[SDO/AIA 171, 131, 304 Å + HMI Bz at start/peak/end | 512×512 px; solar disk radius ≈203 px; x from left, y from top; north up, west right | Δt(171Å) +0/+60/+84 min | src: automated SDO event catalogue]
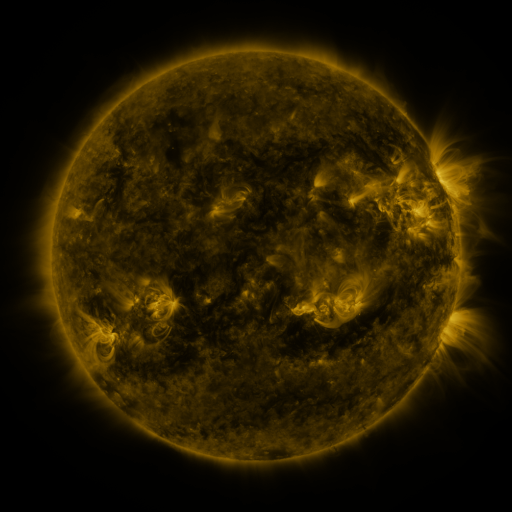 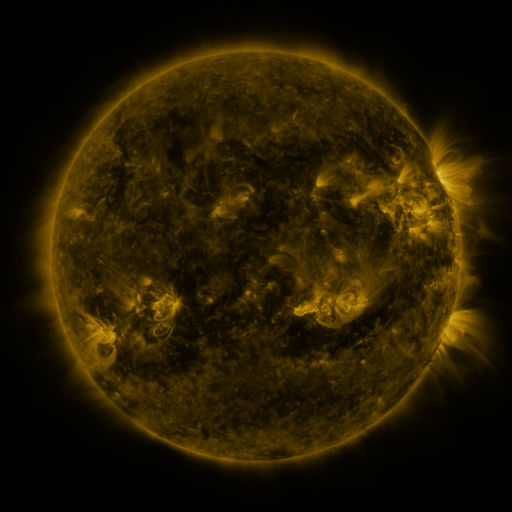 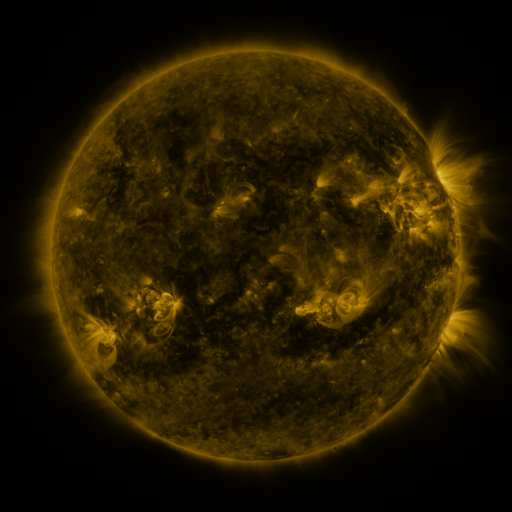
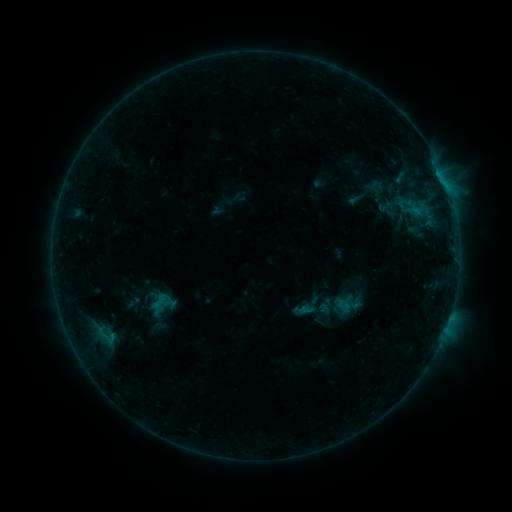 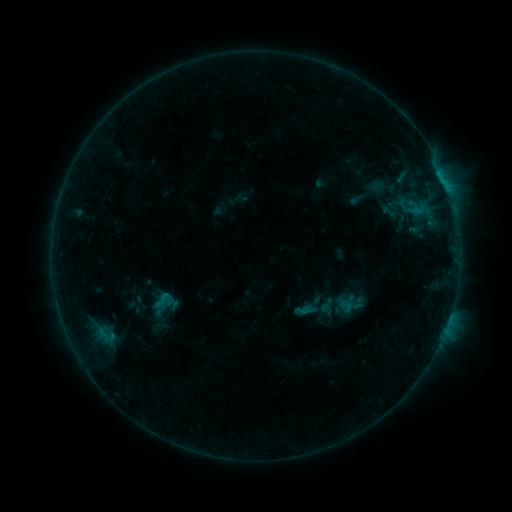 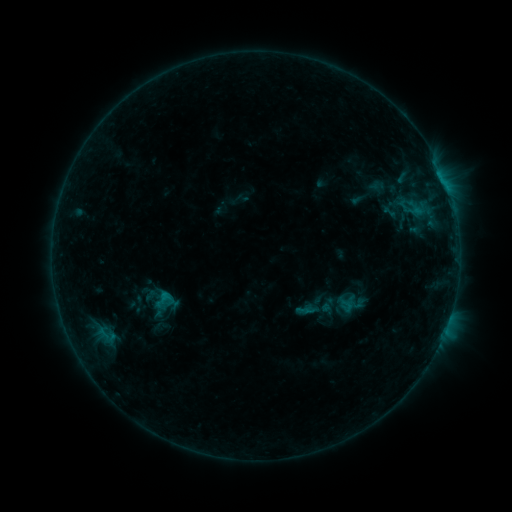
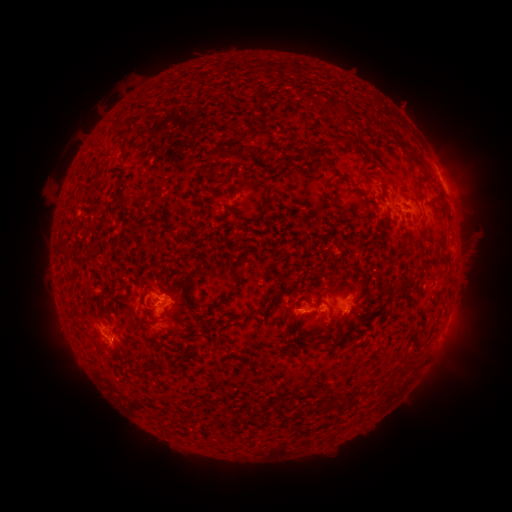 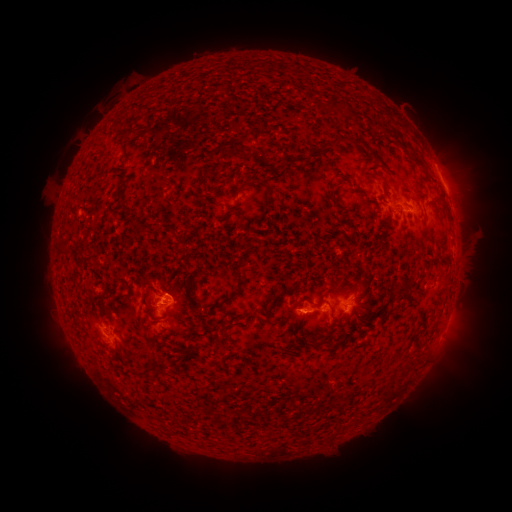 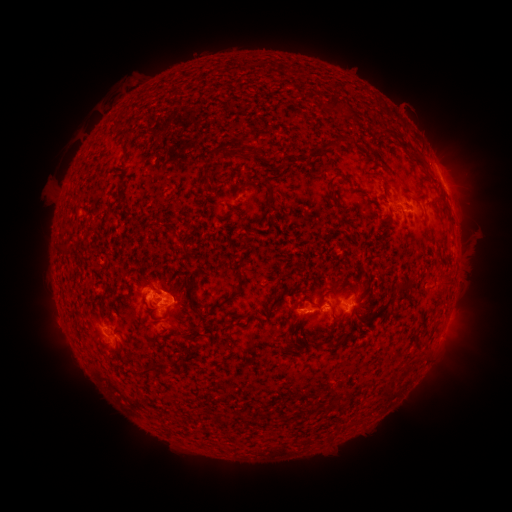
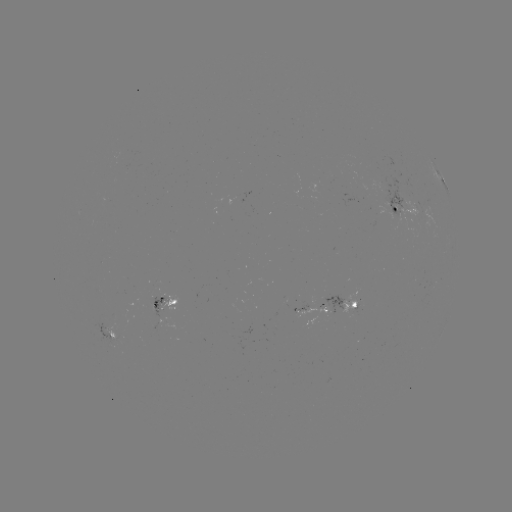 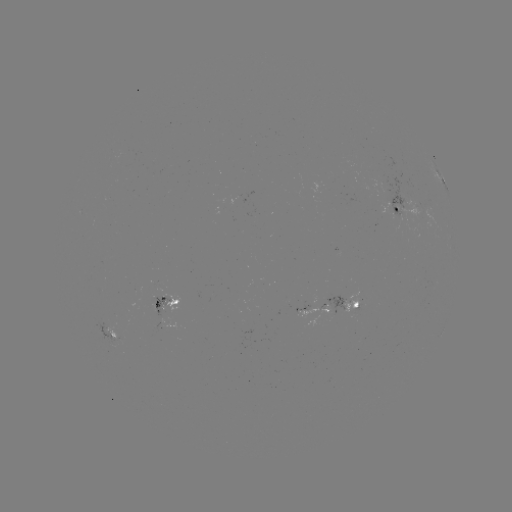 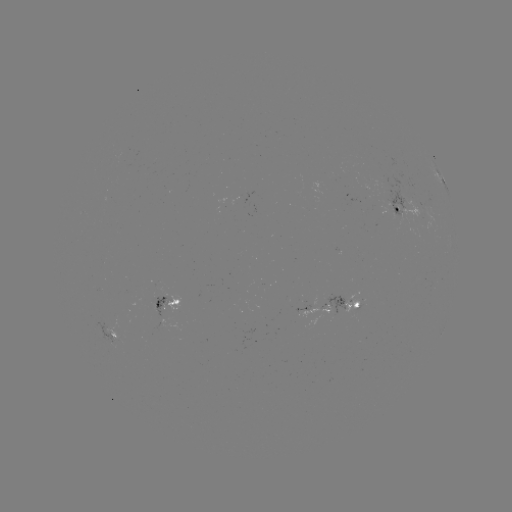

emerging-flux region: <bbox>343, 290, 358, 314</bbox>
